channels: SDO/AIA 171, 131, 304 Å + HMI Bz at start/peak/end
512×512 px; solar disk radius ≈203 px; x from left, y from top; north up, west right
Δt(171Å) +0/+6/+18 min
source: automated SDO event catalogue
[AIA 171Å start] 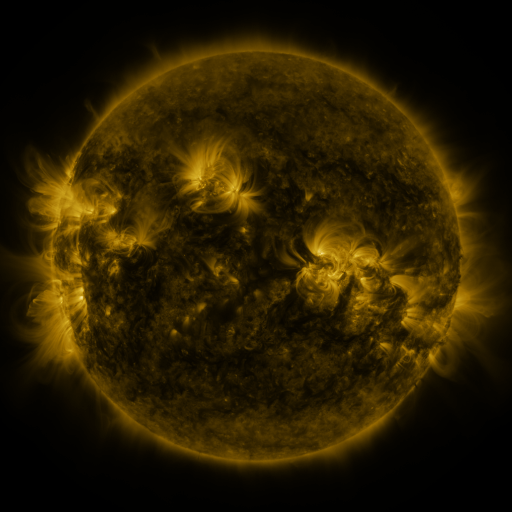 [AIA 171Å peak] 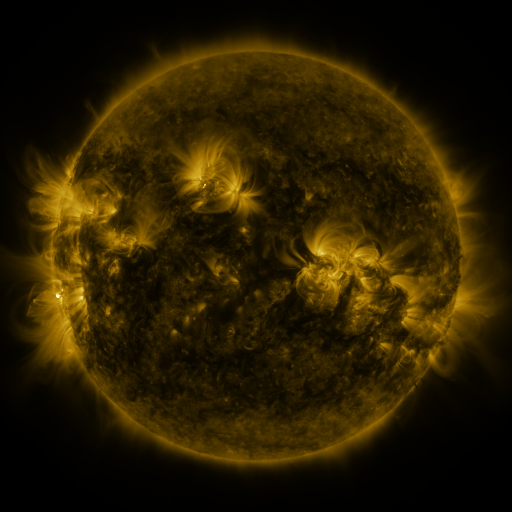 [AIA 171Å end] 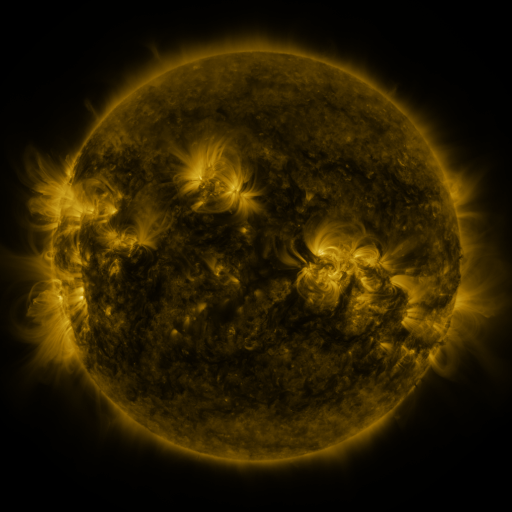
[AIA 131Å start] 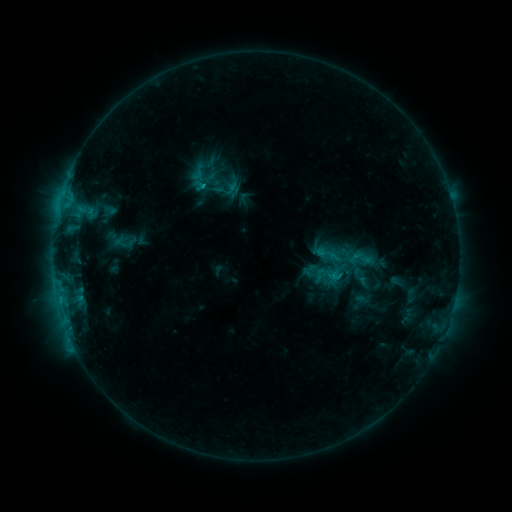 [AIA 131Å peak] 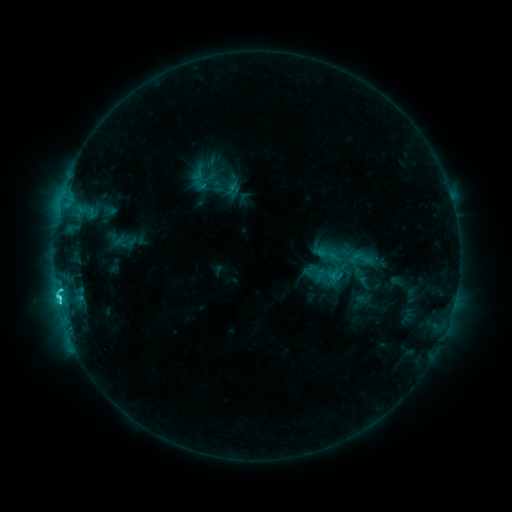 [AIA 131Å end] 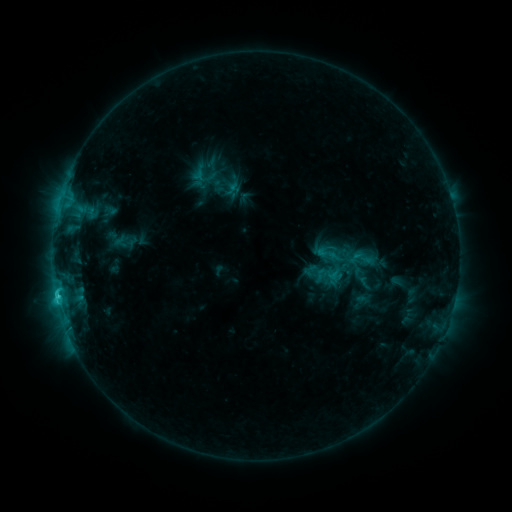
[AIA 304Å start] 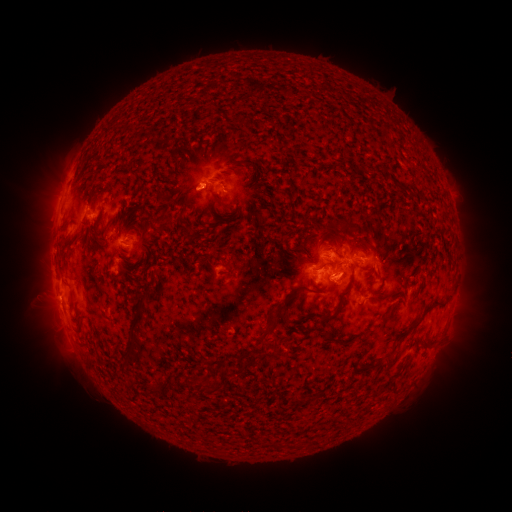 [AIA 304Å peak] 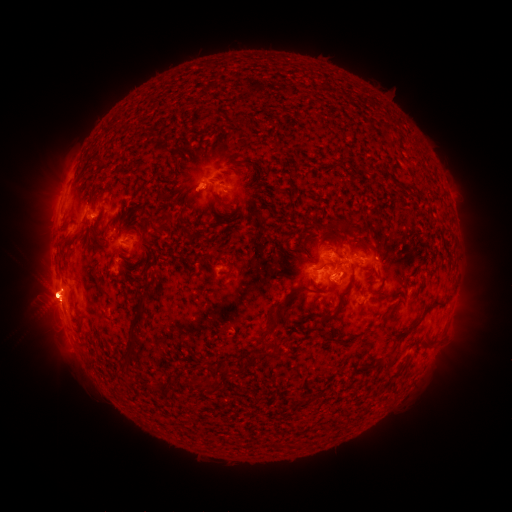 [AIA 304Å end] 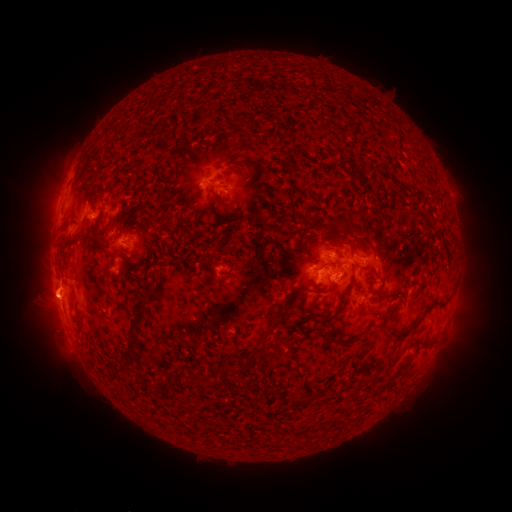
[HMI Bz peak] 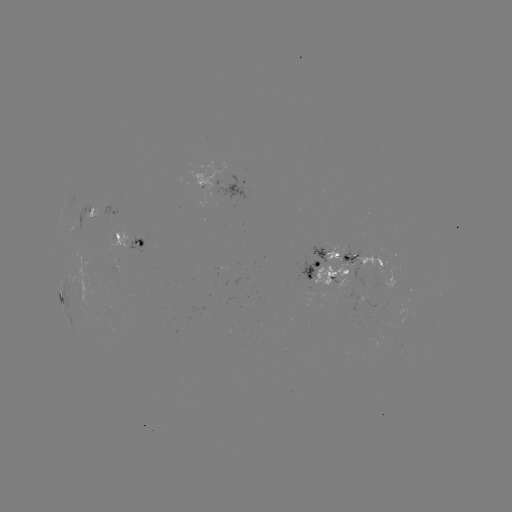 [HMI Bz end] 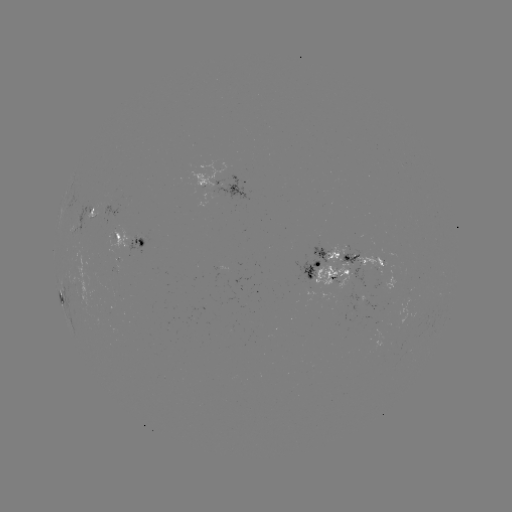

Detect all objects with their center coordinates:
eruption: (49, 294)
